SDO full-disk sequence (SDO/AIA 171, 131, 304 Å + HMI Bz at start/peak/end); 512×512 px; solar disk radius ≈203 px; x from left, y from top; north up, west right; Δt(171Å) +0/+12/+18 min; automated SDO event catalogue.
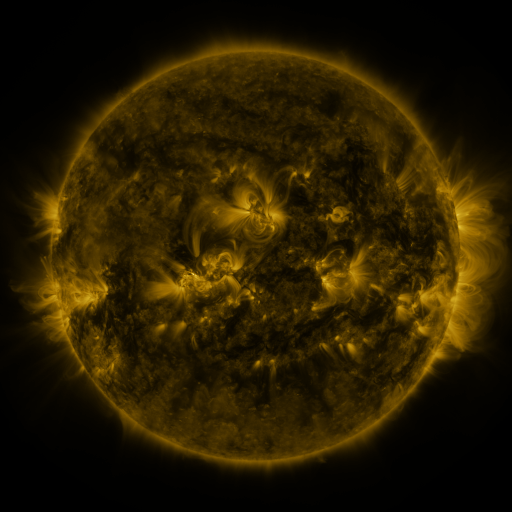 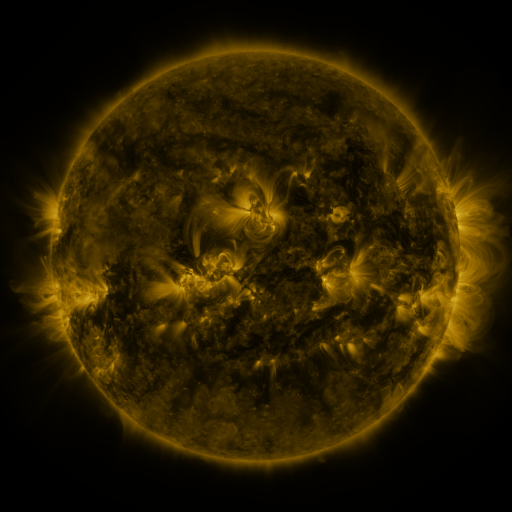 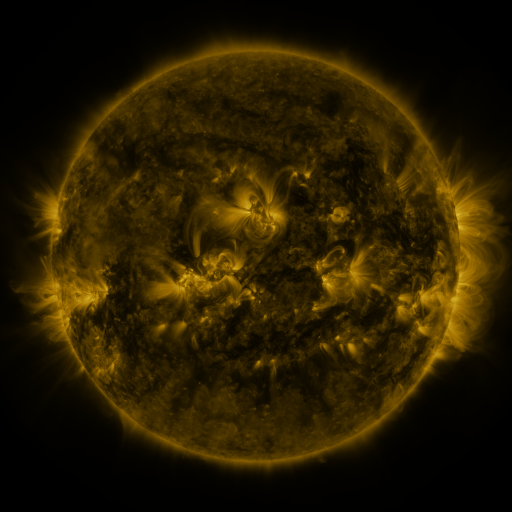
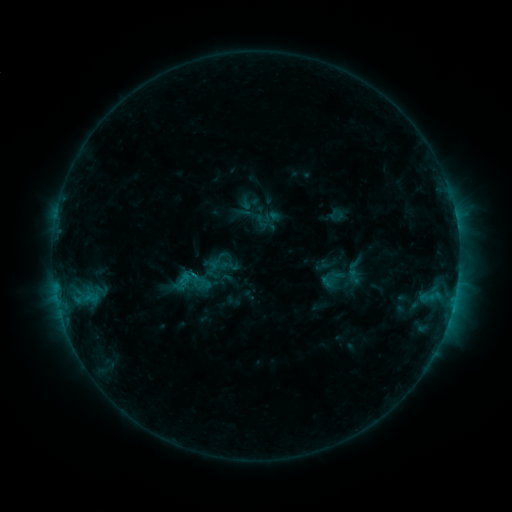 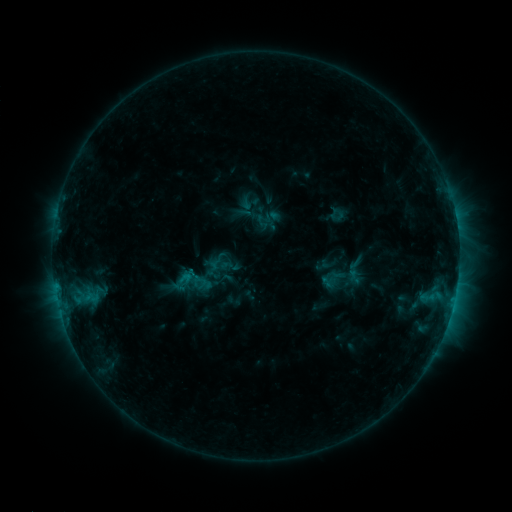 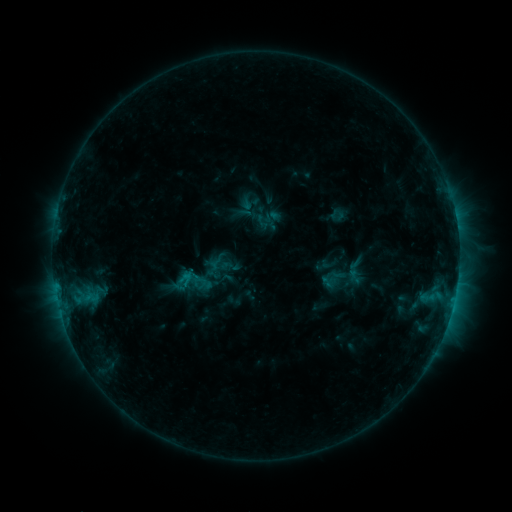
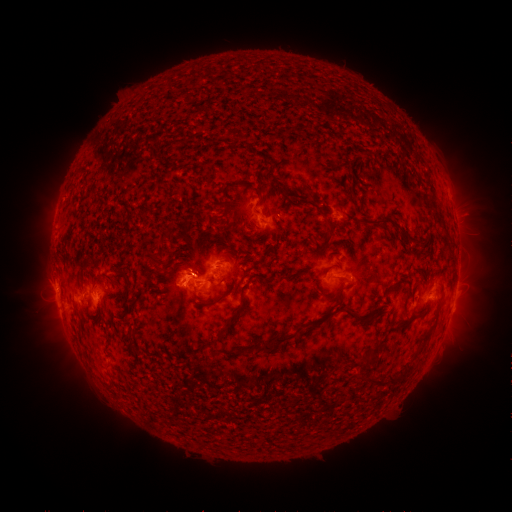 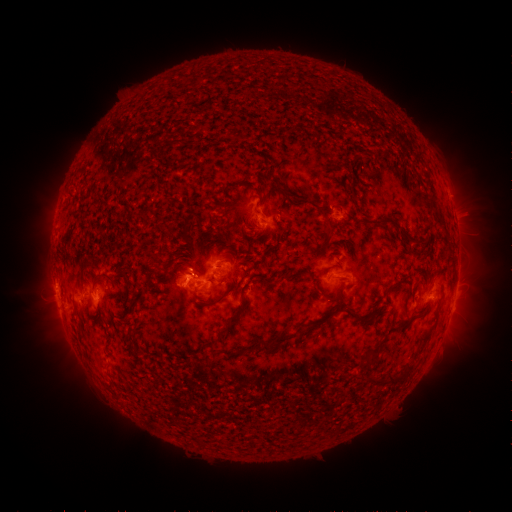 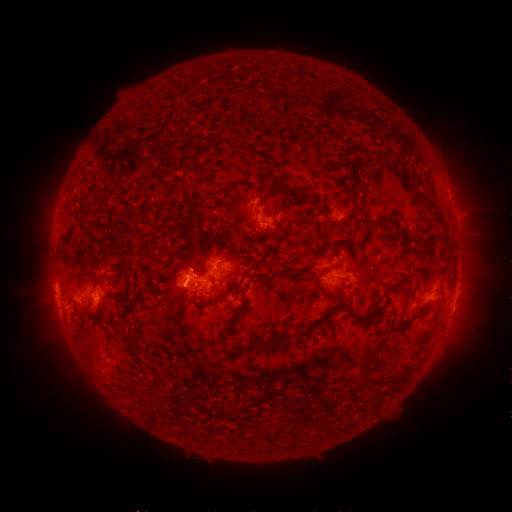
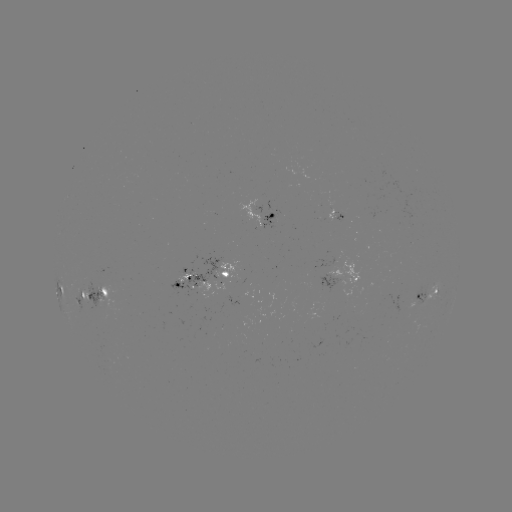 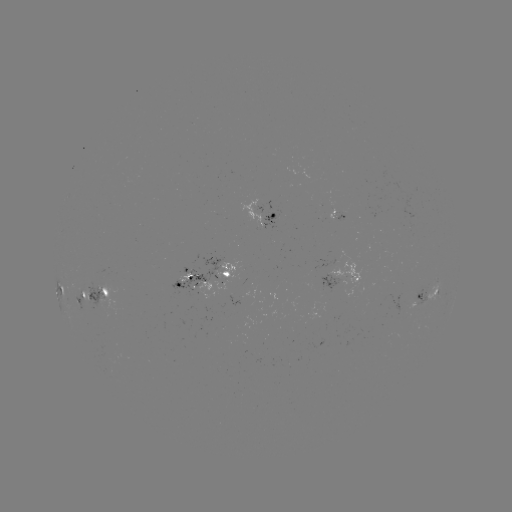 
nothing was catalogued: no classed flare, no EUV trigger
